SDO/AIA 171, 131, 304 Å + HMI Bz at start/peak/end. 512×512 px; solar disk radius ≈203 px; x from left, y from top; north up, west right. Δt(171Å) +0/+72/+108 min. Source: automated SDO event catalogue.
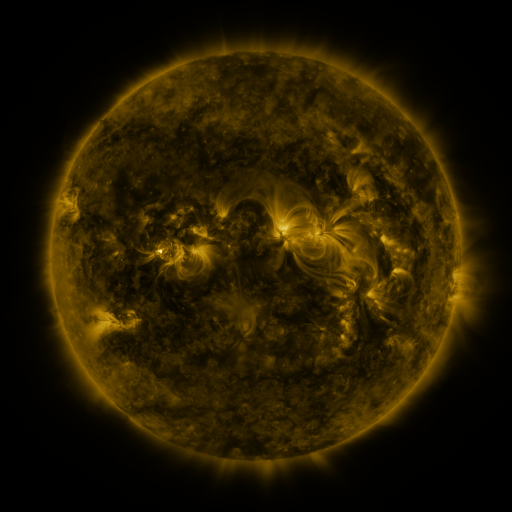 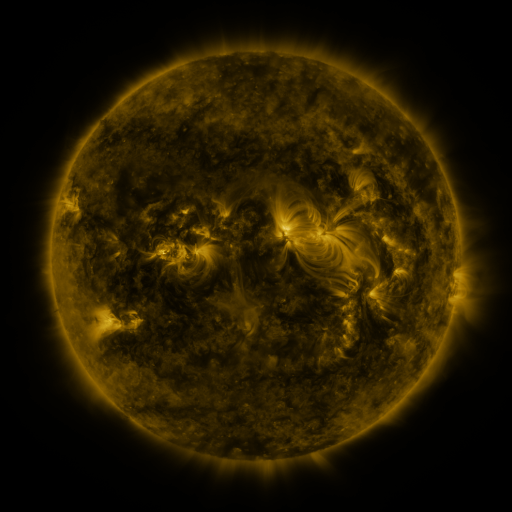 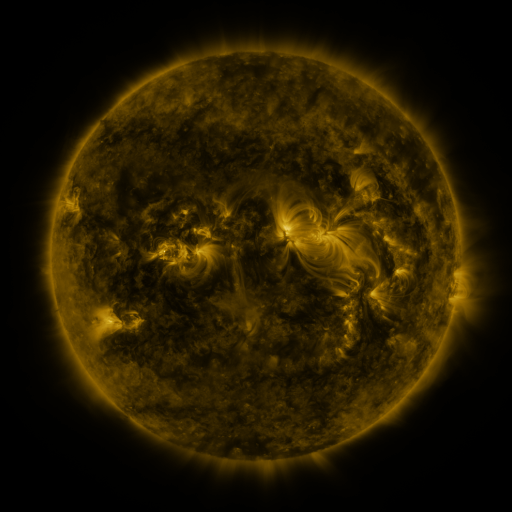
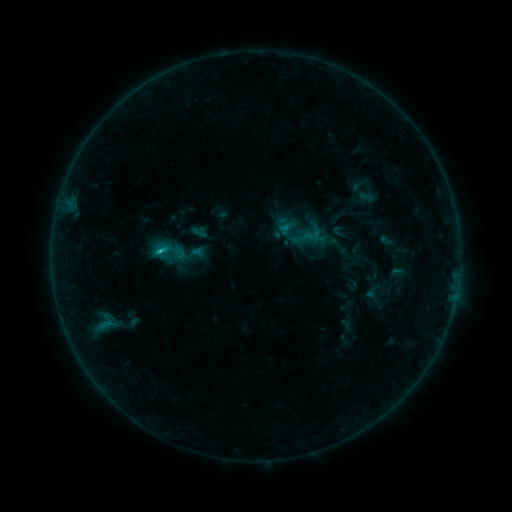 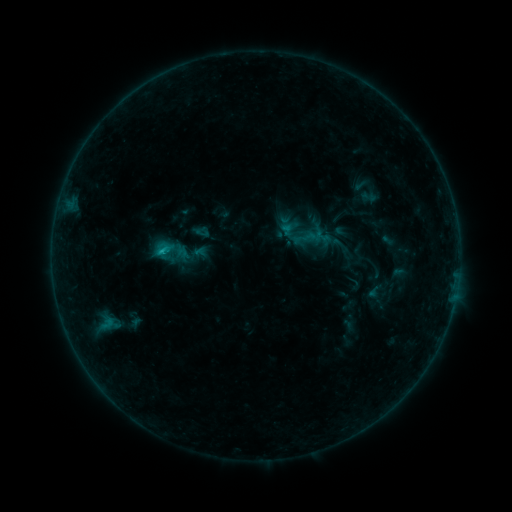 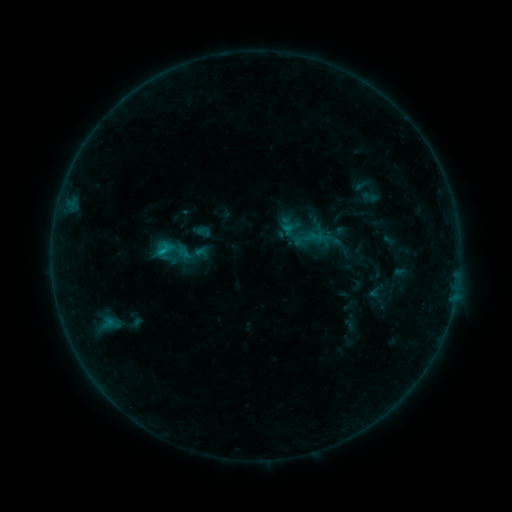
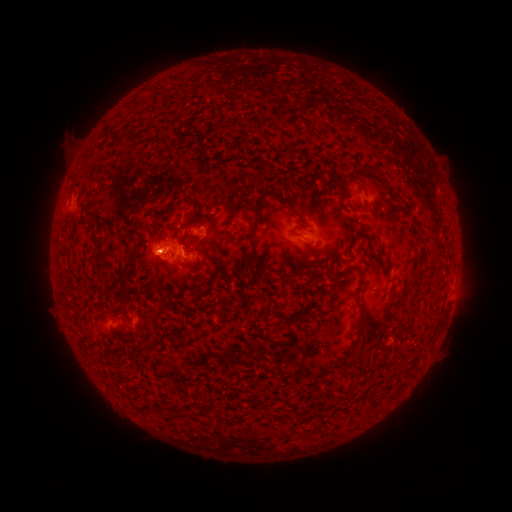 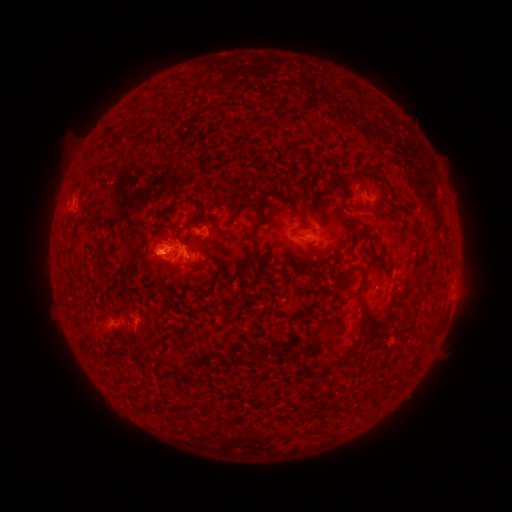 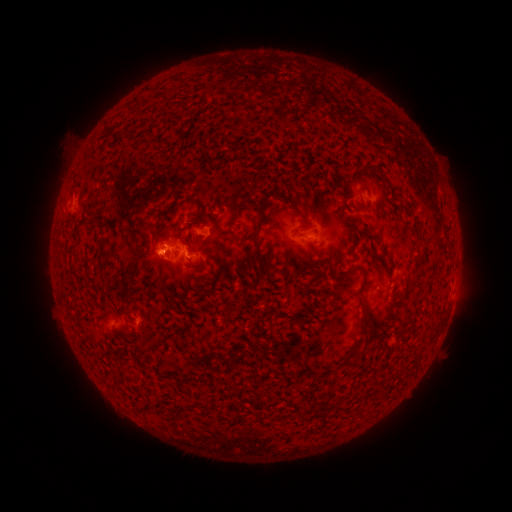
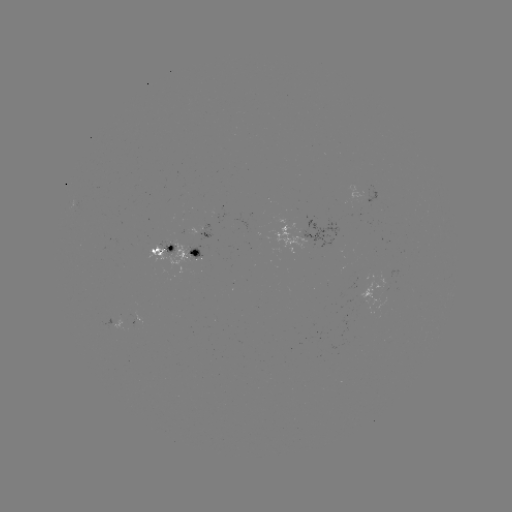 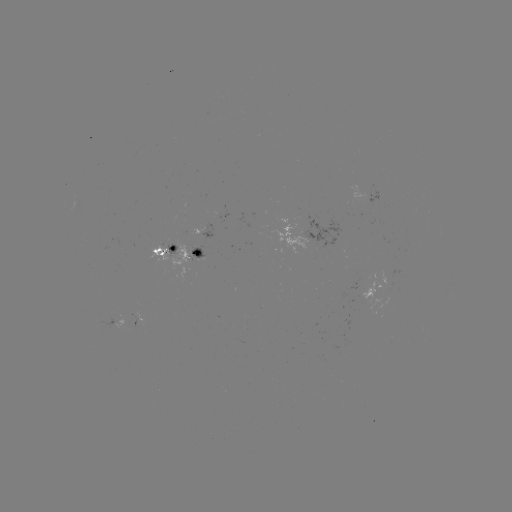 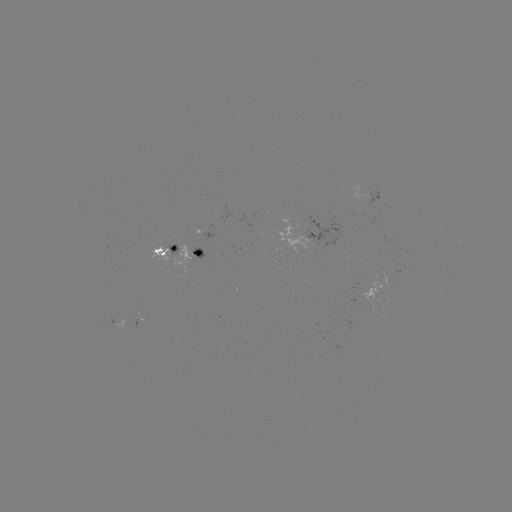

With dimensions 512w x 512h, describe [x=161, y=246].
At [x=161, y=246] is emerging-flux region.